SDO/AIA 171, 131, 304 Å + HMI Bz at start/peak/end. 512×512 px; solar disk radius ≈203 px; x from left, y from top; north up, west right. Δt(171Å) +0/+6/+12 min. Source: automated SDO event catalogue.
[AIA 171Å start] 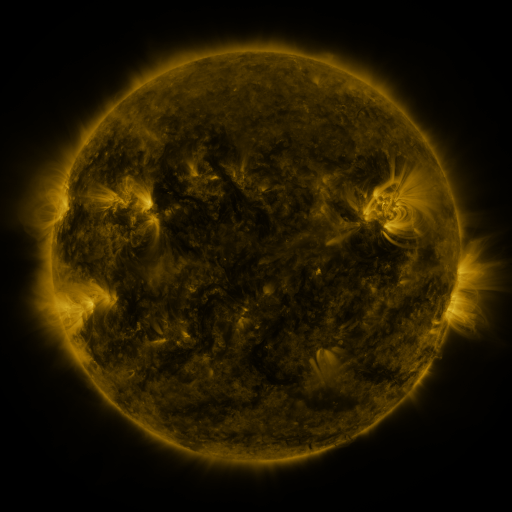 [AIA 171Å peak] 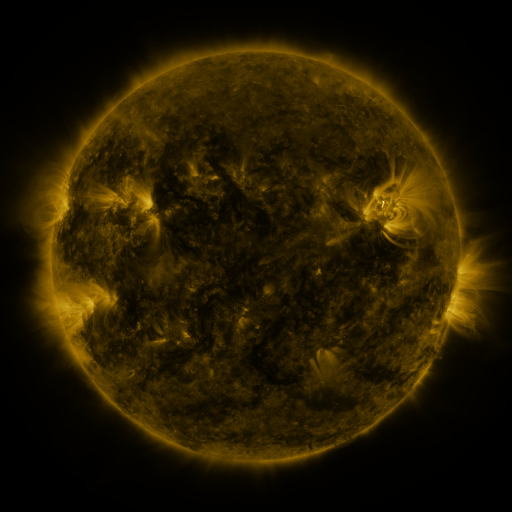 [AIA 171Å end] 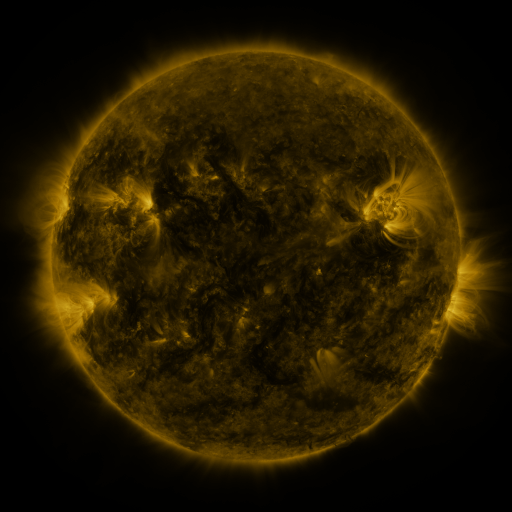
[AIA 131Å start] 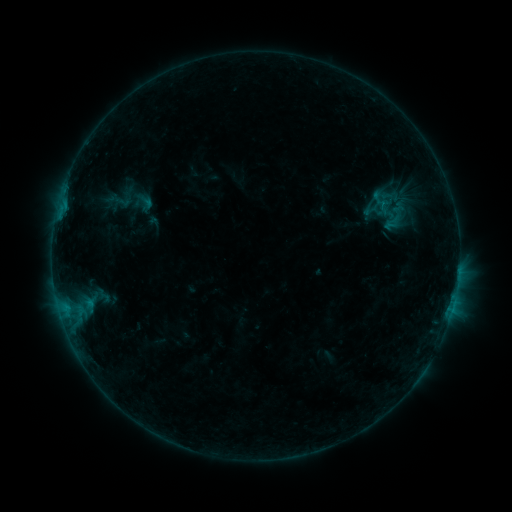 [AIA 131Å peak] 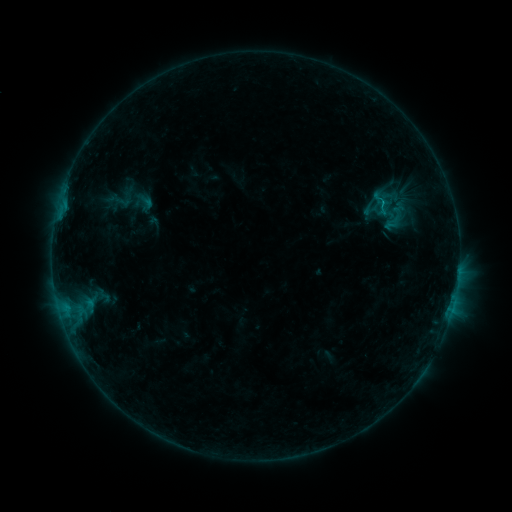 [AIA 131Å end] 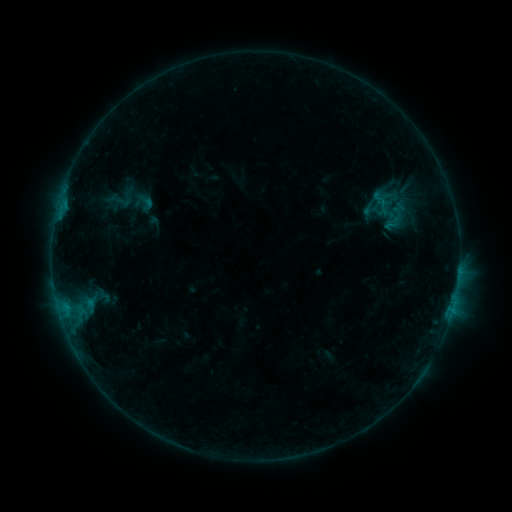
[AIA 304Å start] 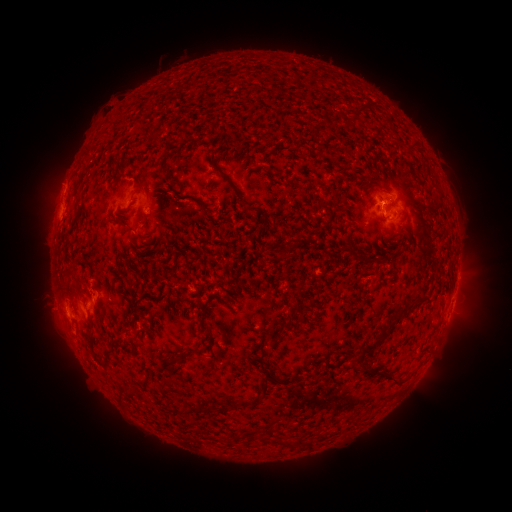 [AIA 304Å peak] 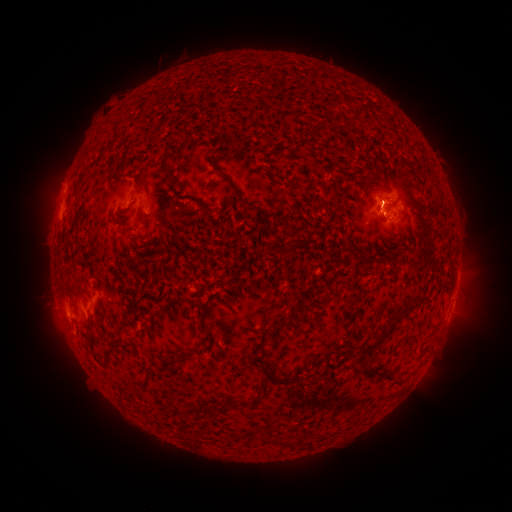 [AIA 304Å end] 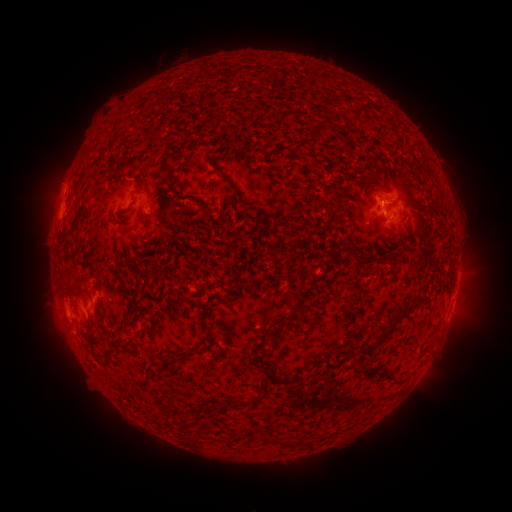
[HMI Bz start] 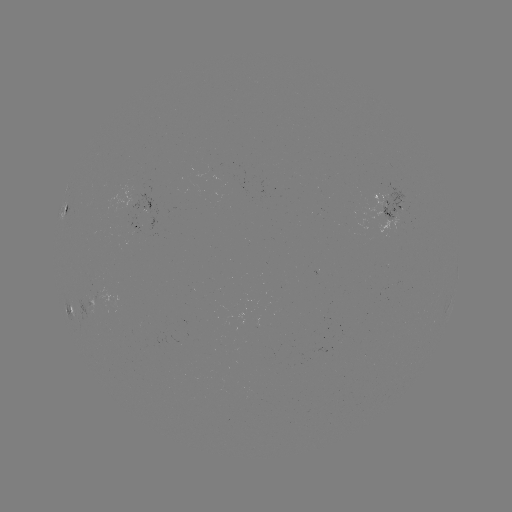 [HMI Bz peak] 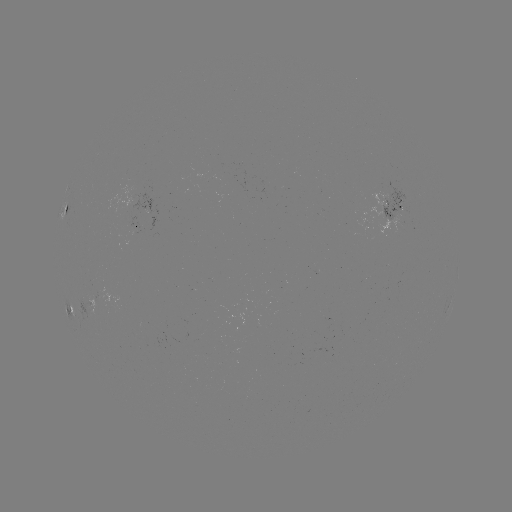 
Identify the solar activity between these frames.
B4.1 flare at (381, 206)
